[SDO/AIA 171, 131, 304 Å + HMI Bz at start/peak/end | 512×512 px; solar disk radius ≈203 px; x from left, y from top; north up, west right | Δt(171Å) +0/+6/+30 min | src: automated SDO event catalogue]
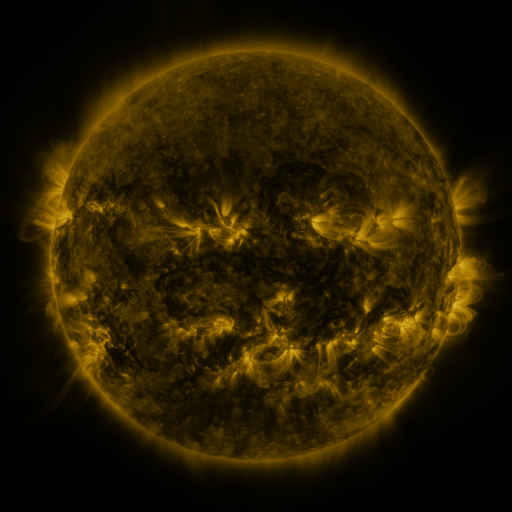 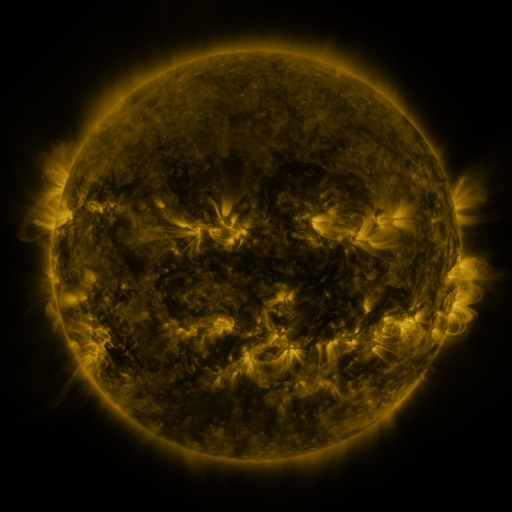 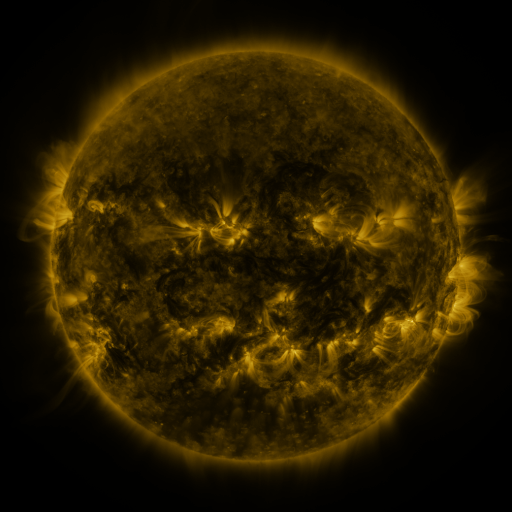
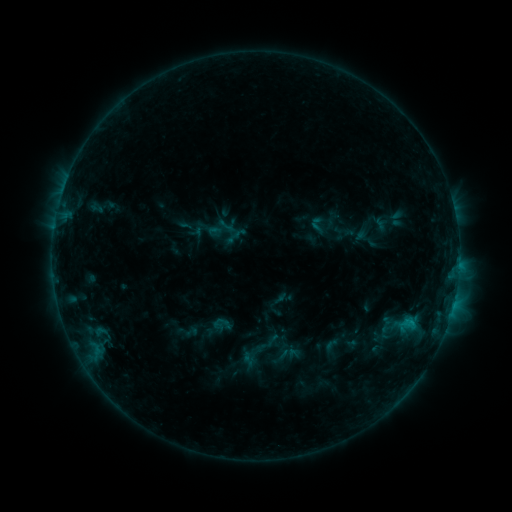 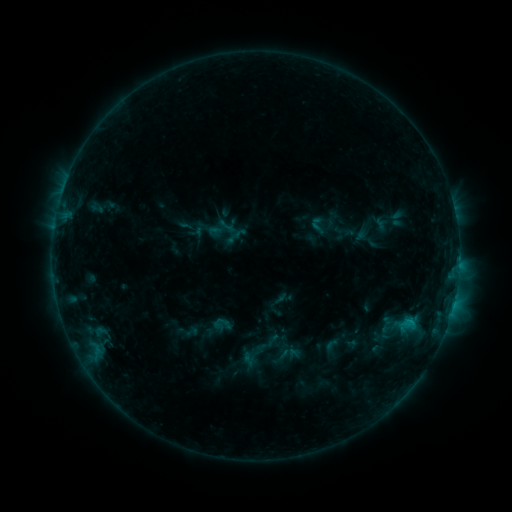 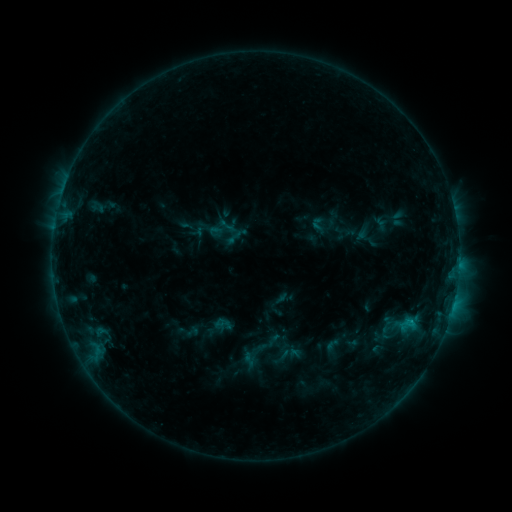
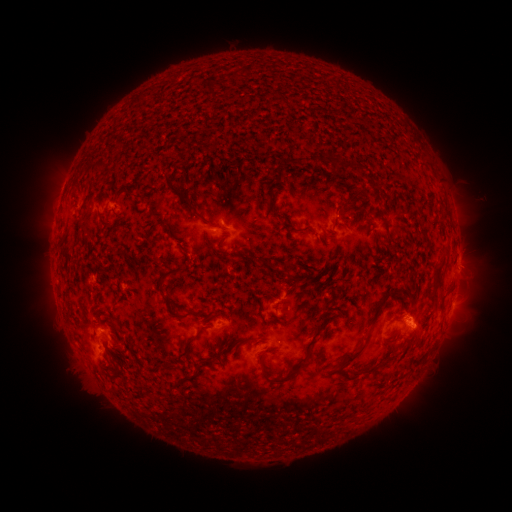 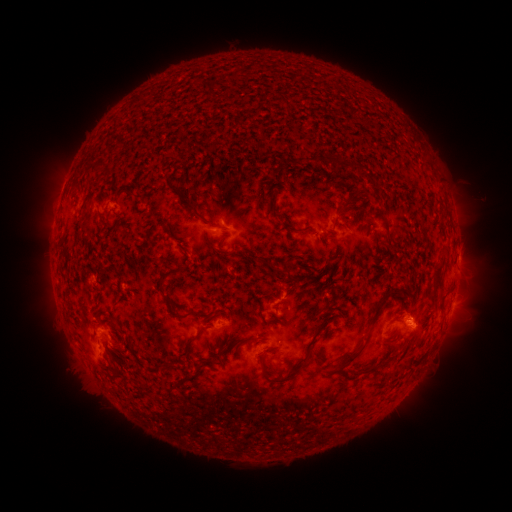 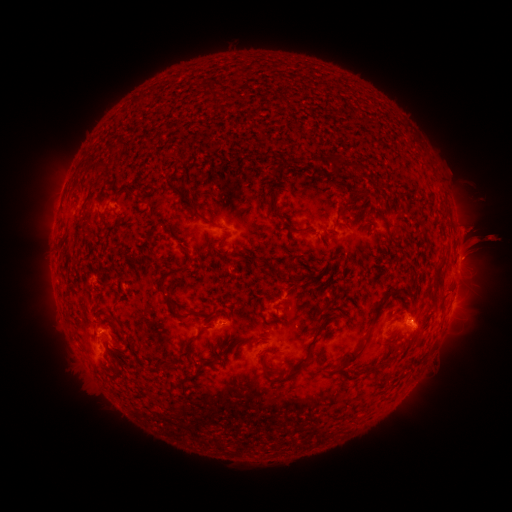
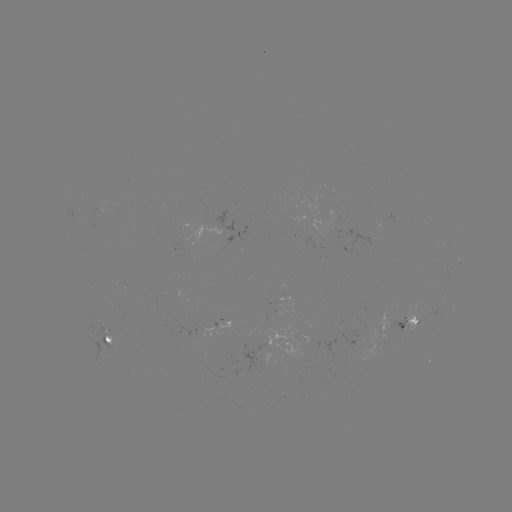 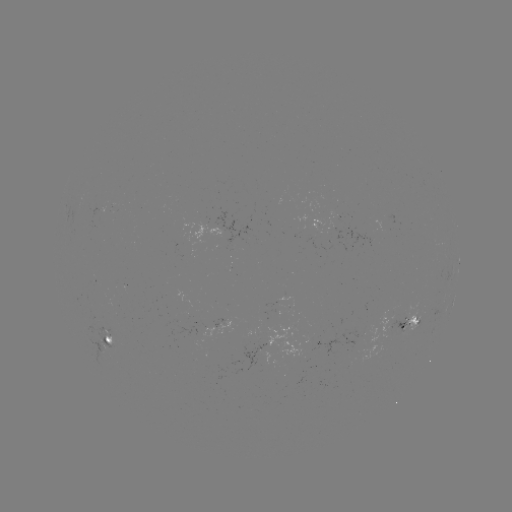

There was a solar eruption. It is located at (484, 243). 